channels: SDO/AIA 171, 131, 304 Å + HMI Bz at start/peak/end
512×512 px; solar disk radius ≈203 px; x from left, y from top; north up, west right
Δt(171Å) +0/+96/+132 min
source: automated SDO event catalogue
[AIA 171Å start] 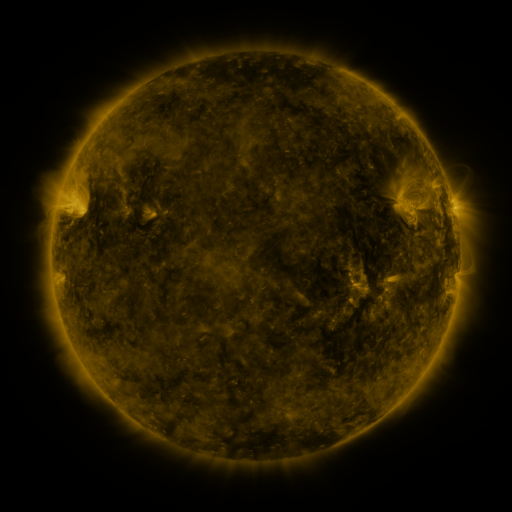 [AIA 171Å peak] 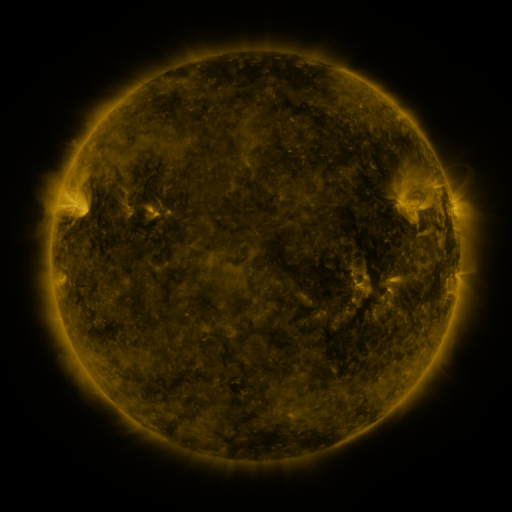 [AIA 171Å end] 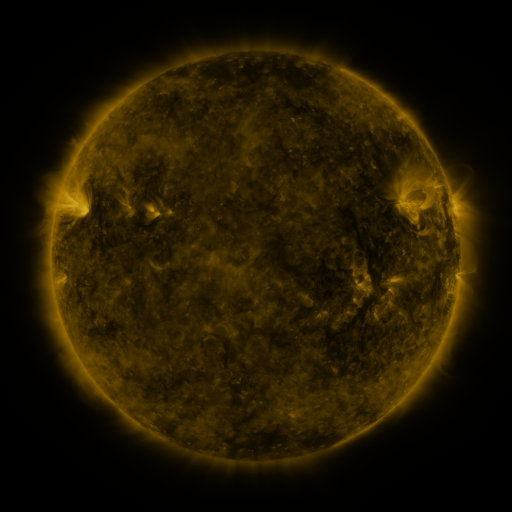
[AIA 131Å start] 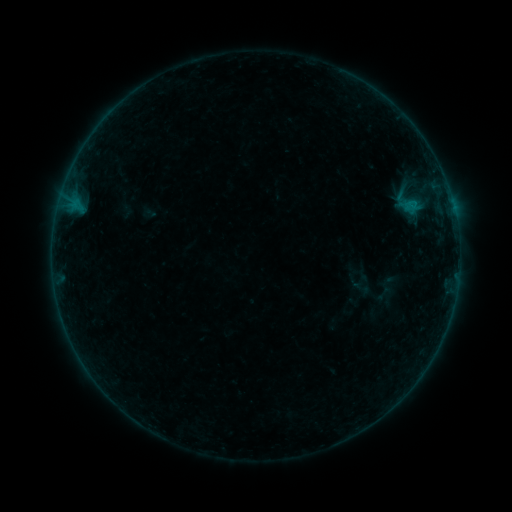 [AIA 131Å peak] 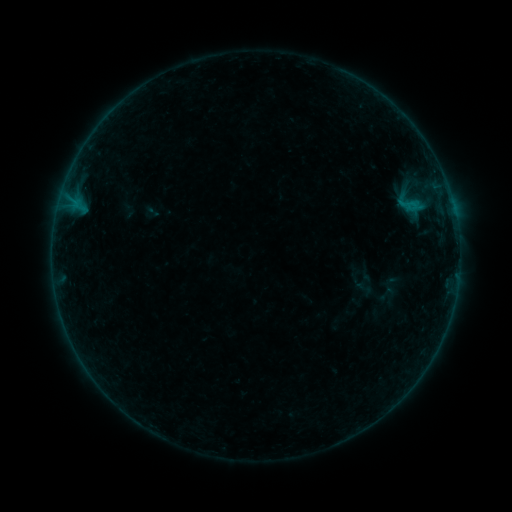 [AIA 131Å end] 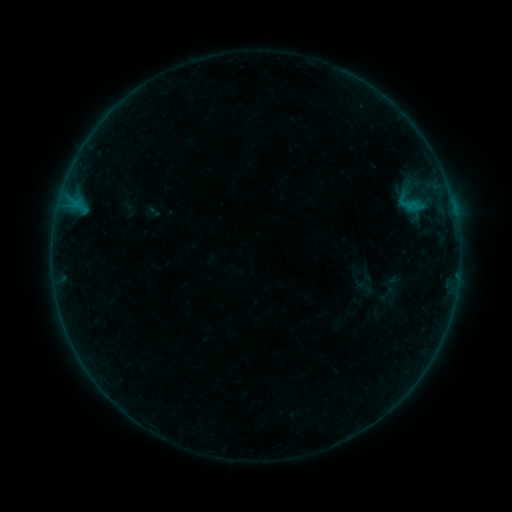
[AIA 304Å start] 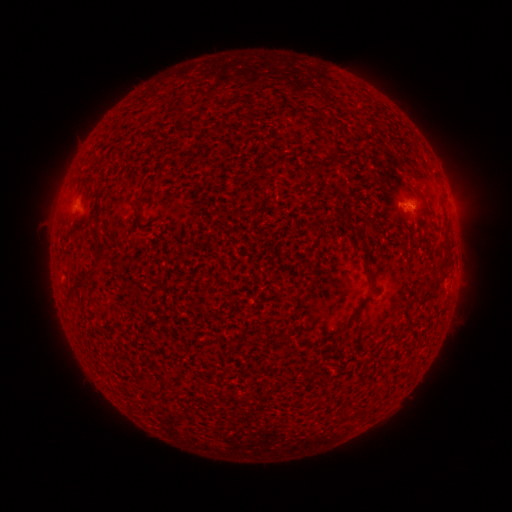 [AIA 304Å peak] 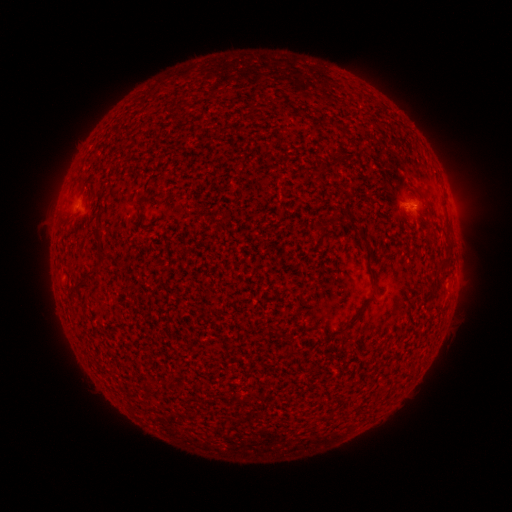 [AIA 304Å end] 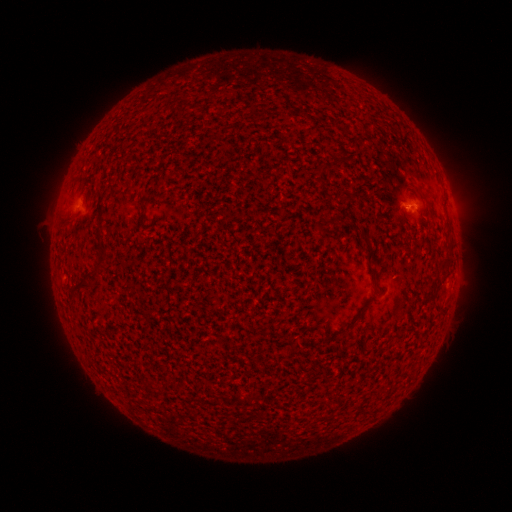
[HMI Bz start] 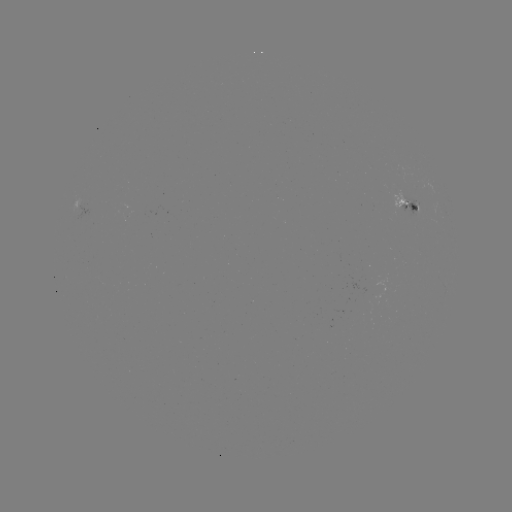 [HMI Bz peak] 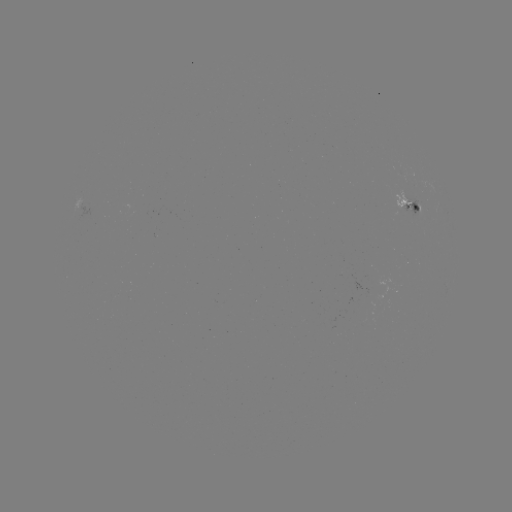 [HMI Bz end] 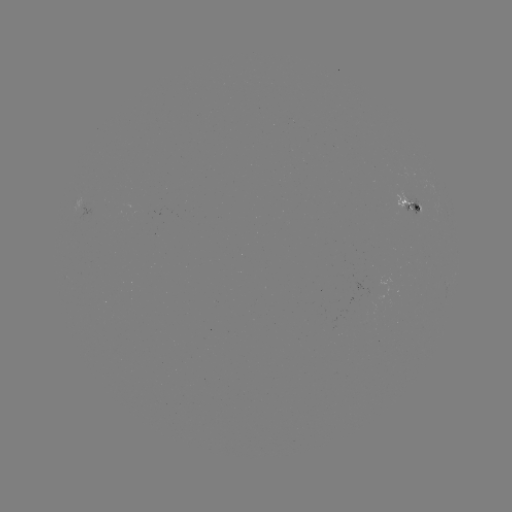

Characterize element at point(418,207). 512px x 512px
emerging-flux region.